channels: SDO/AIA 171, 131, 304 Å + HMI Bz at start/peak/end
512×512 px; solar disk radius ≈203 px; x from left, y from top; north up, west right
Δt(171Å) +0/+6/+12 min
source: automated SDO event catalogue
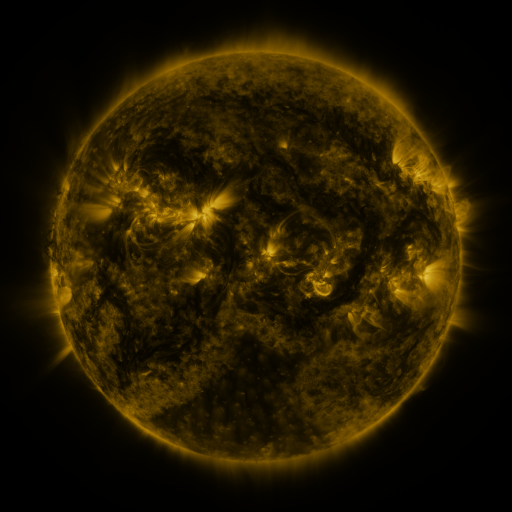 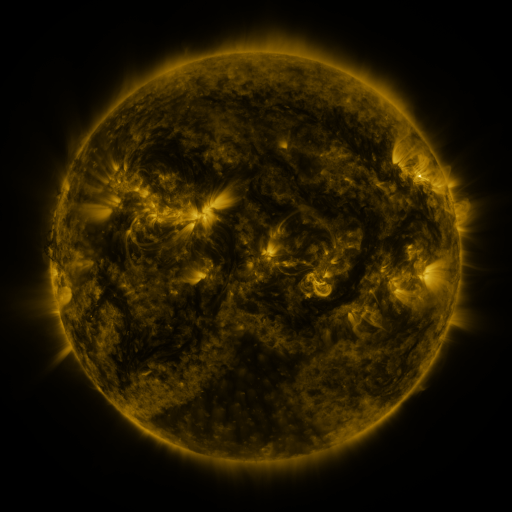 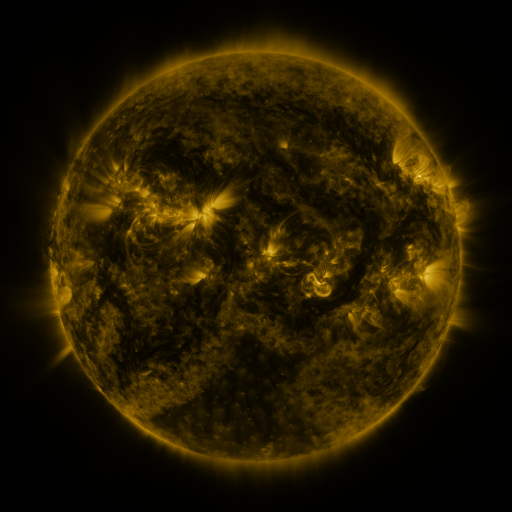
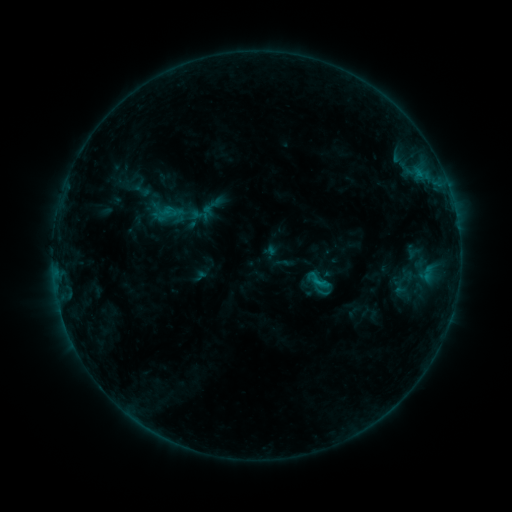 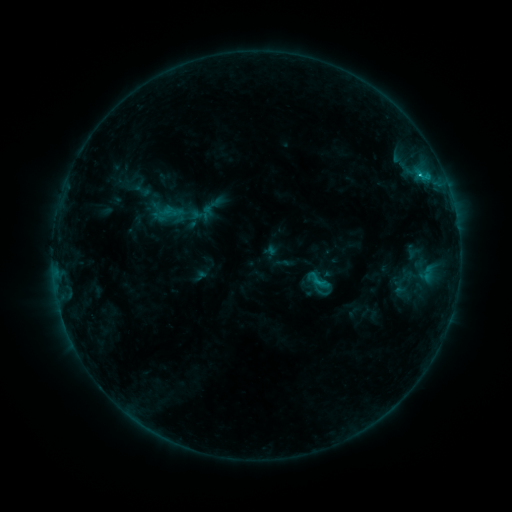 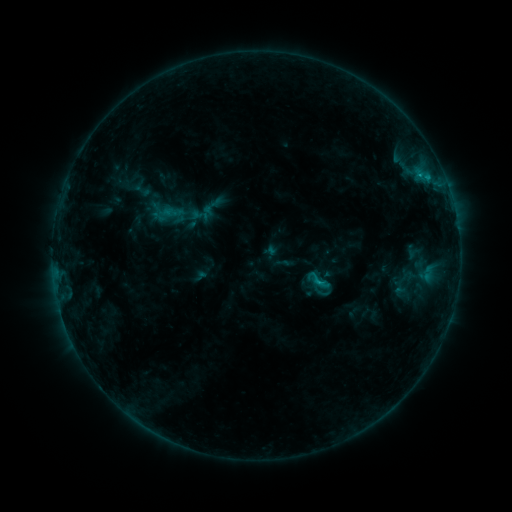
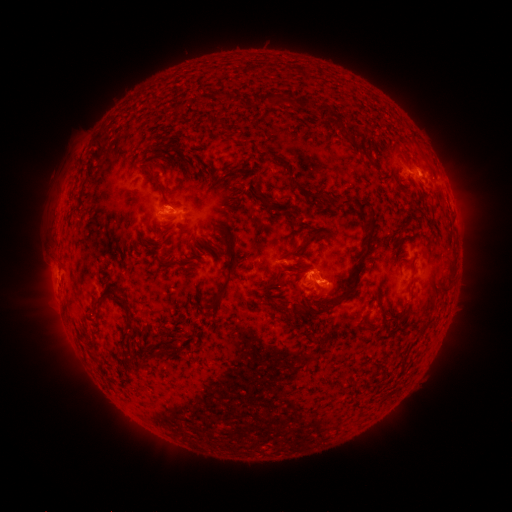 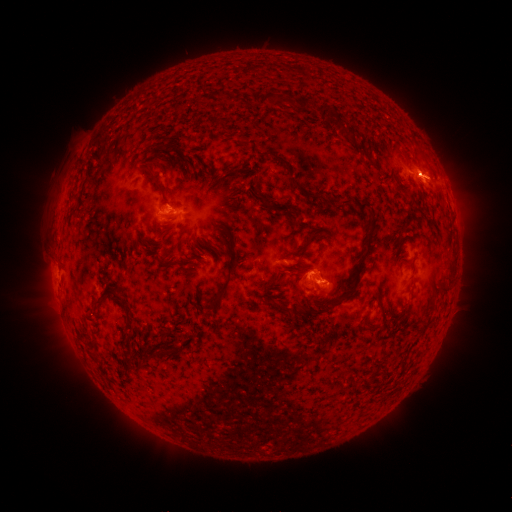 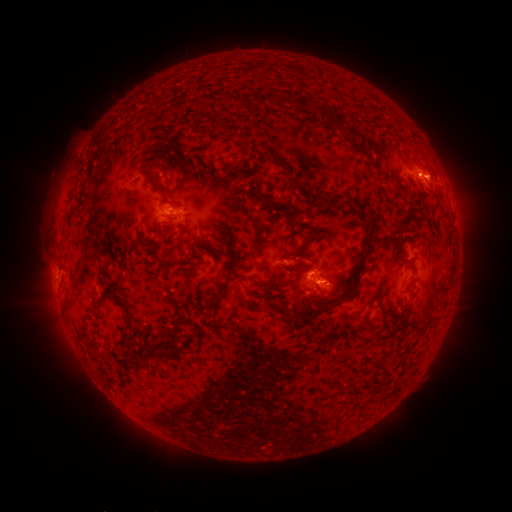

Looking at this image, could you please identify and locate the C1.0 flare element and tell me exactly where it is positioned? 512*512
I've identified C1.0 flare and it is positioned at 419,177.